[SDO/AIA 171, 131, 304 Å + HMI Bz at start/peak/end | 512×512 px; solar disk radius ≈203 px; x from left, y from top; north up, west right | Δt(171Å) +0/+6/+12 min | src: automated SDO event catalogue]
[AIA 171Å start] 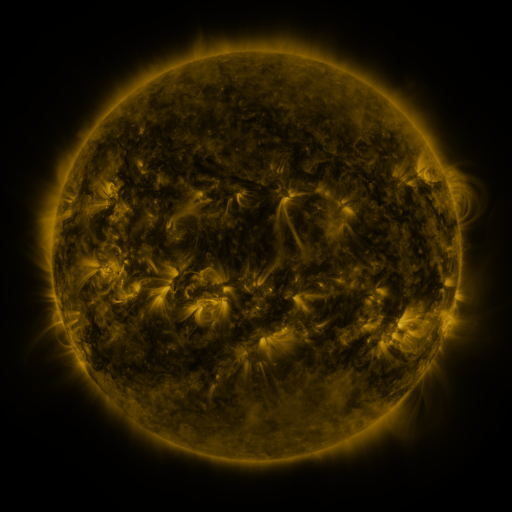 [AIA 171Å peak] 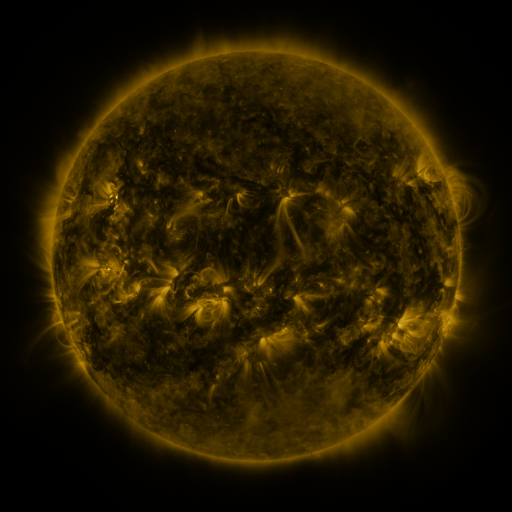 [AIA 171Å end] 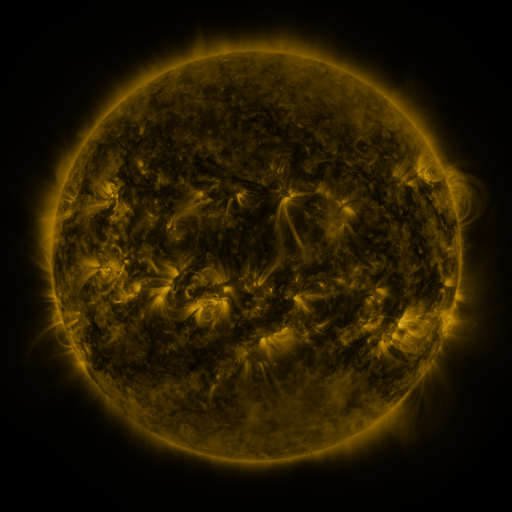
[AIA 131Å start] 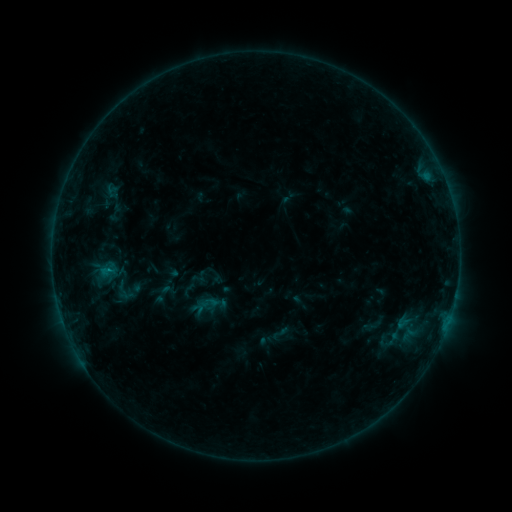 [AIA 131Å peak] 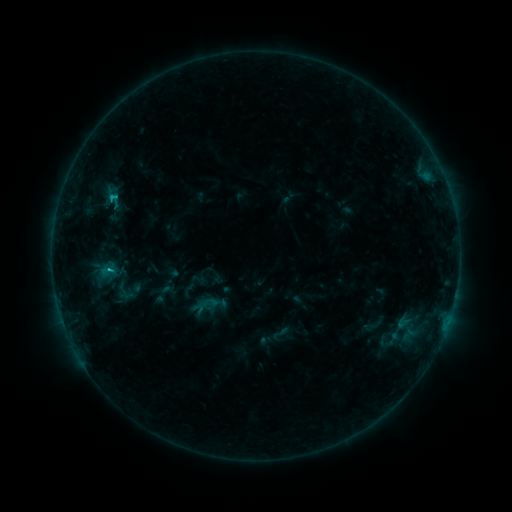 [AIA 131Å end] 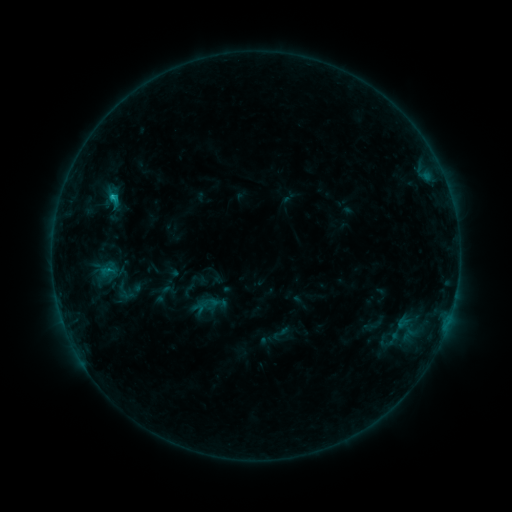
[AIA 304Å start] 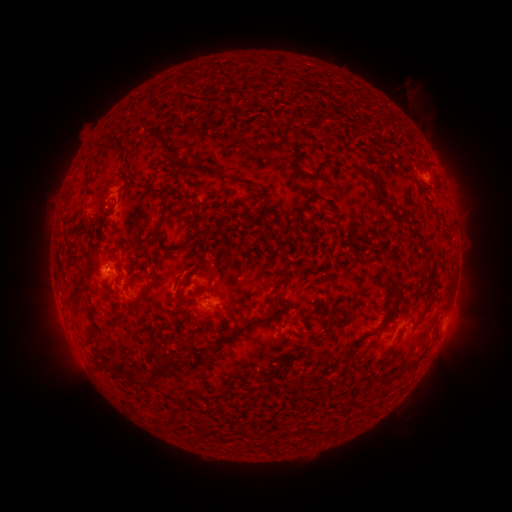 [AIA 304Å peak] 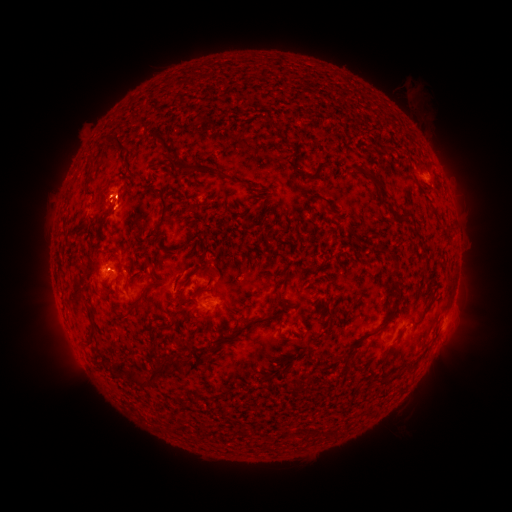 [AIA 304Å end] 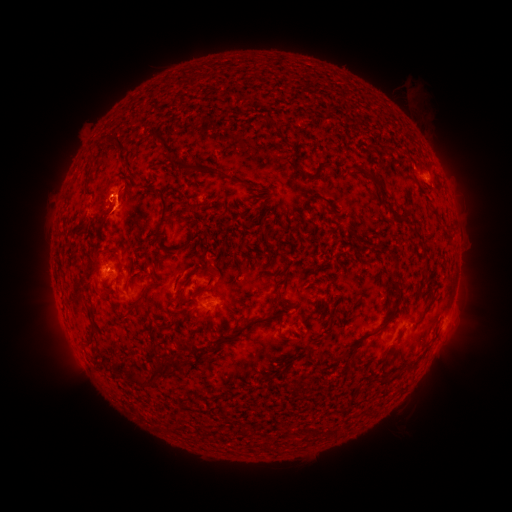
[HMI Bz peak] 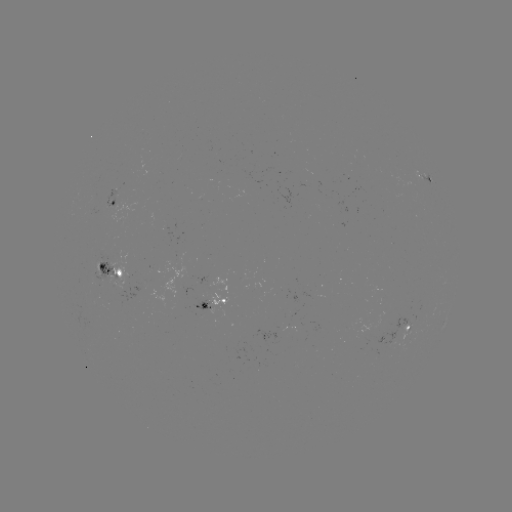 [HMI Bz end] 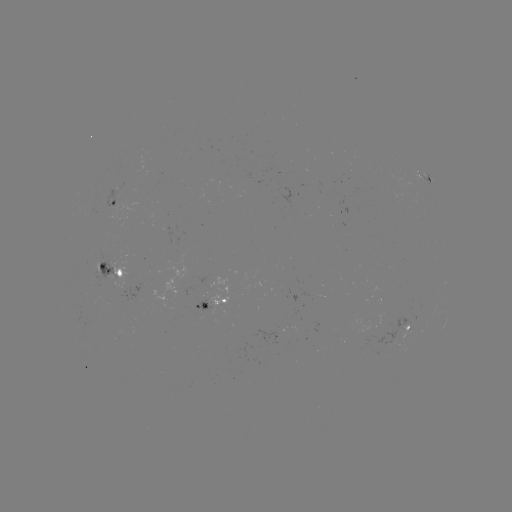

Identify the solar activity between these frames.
C1.1 flare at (110, 270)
